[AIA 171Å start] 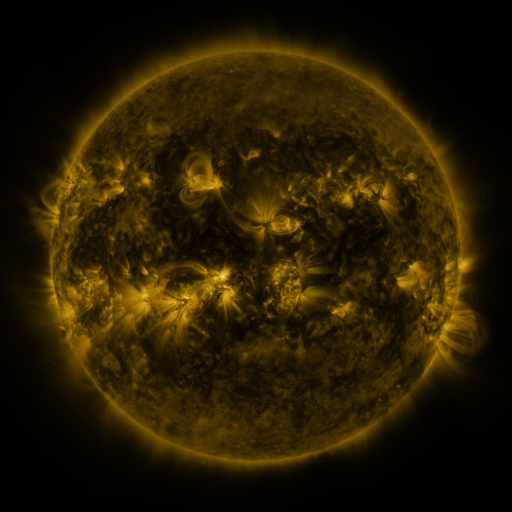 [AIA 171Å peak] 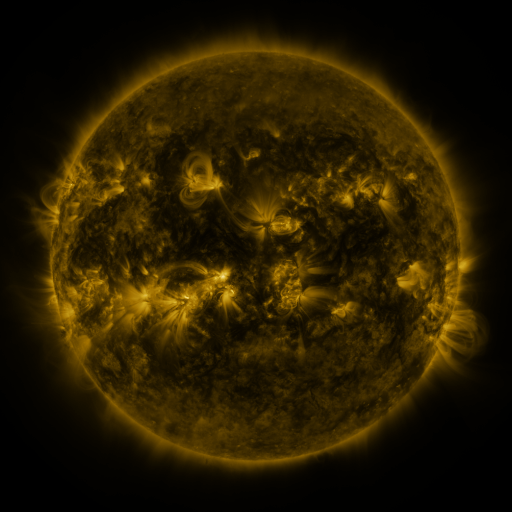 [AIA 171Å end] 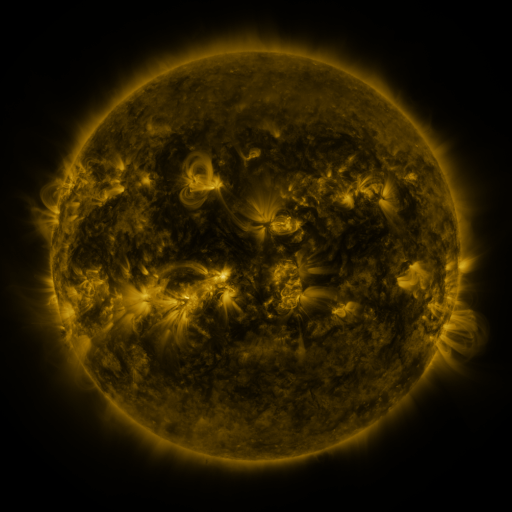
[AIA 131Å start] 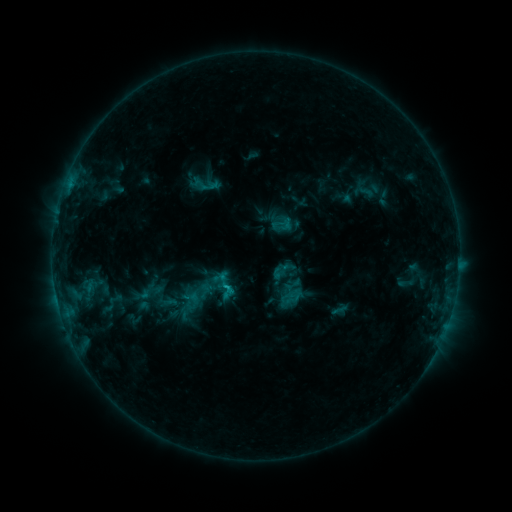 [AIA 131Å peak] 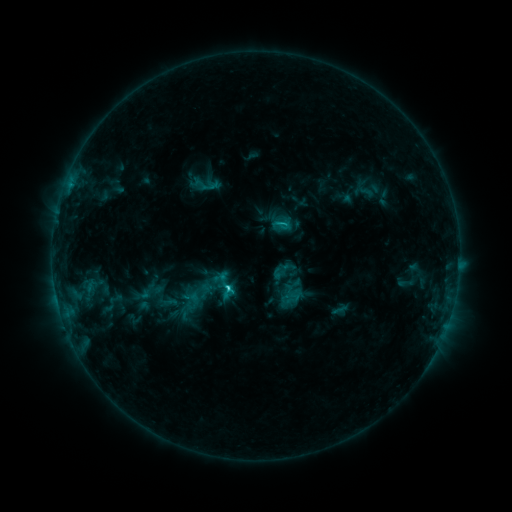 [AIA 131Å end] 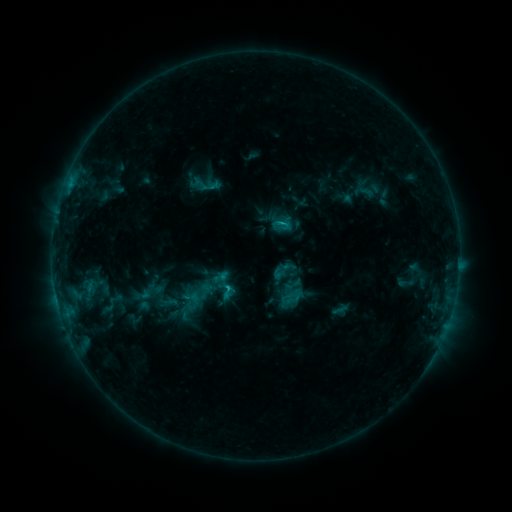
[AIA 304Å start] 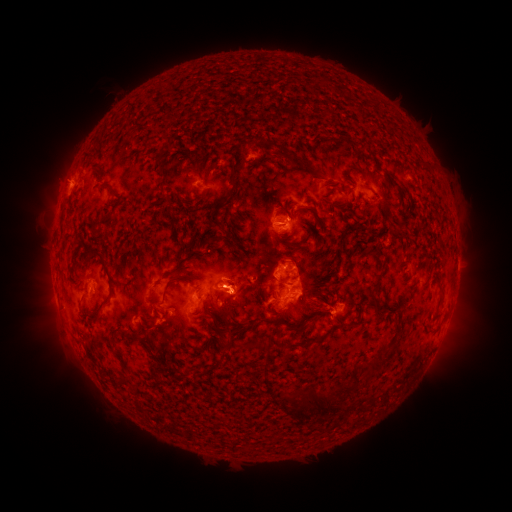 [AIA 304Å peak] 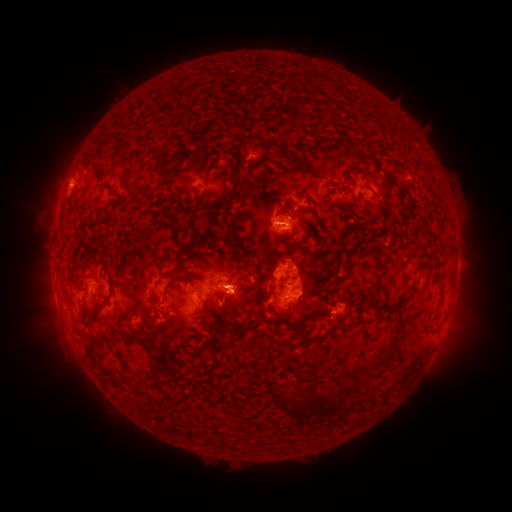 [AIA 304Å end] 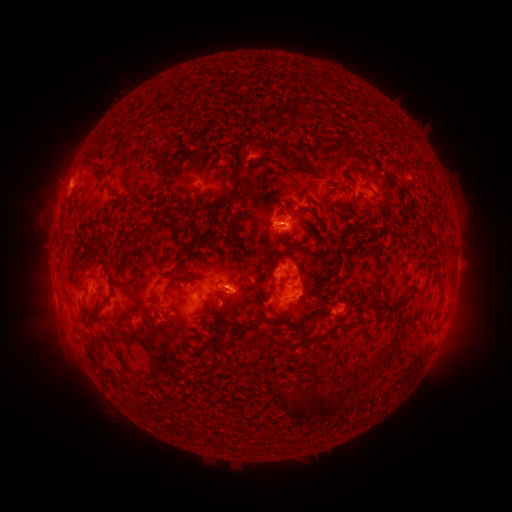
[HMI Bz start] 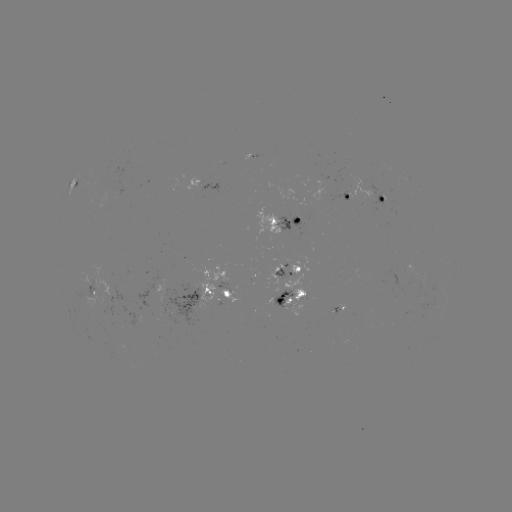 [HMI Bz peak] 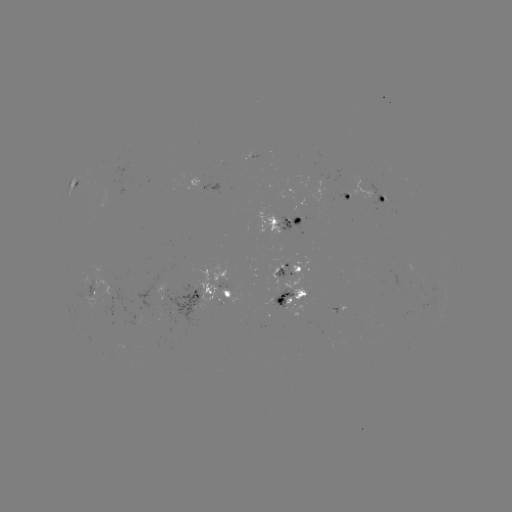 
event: flare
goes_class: C2.0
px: (228, 286)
